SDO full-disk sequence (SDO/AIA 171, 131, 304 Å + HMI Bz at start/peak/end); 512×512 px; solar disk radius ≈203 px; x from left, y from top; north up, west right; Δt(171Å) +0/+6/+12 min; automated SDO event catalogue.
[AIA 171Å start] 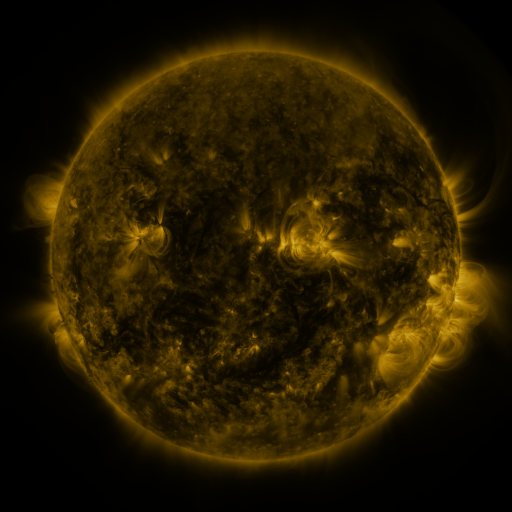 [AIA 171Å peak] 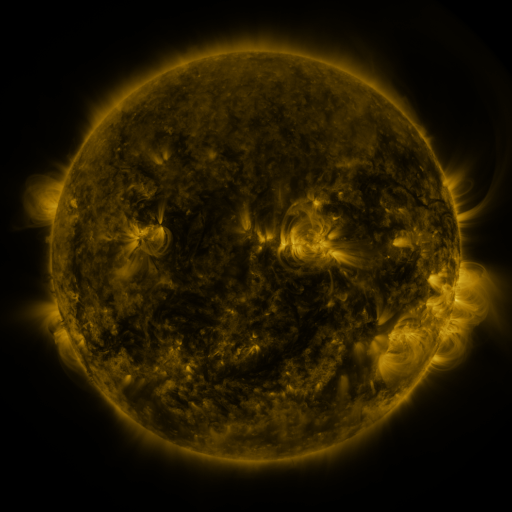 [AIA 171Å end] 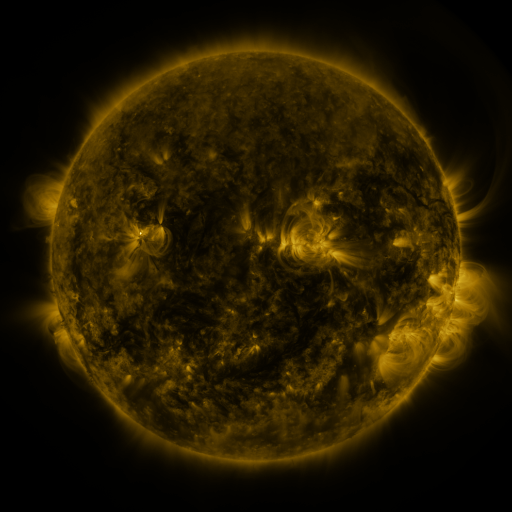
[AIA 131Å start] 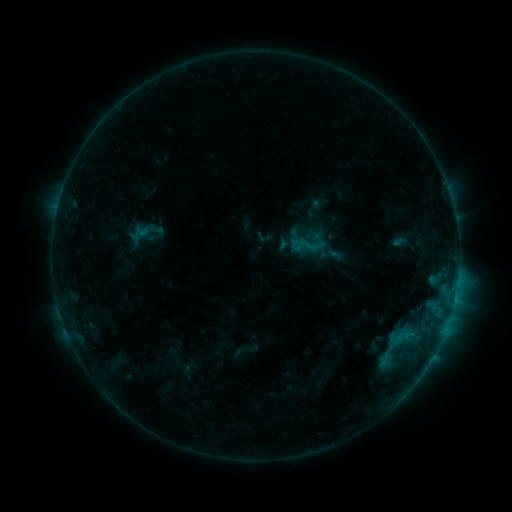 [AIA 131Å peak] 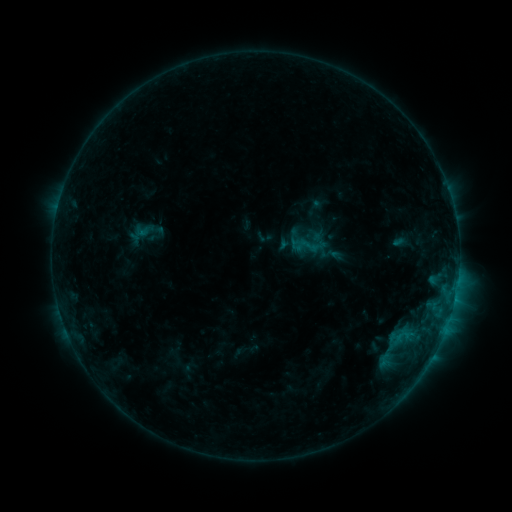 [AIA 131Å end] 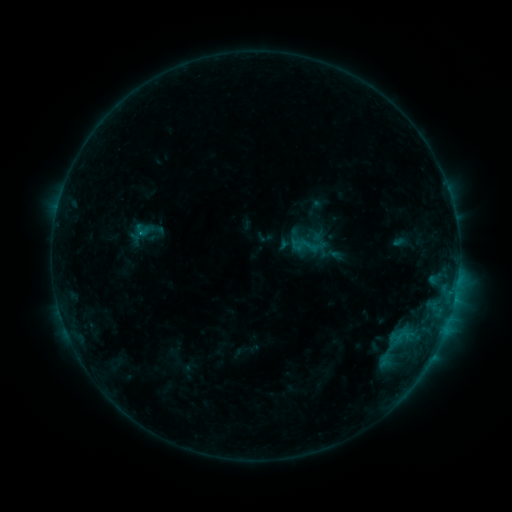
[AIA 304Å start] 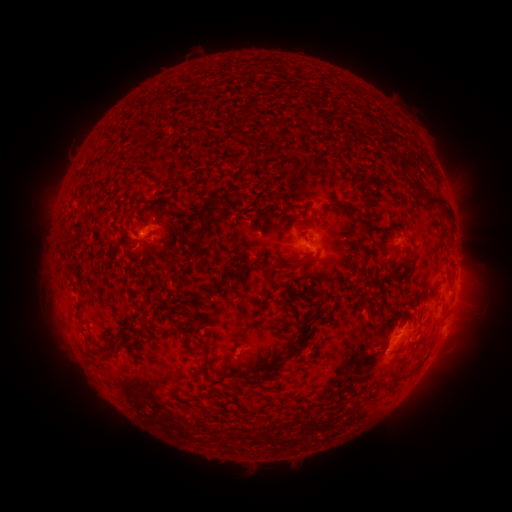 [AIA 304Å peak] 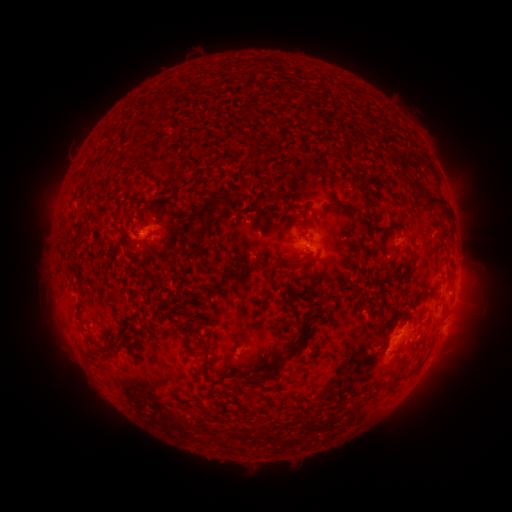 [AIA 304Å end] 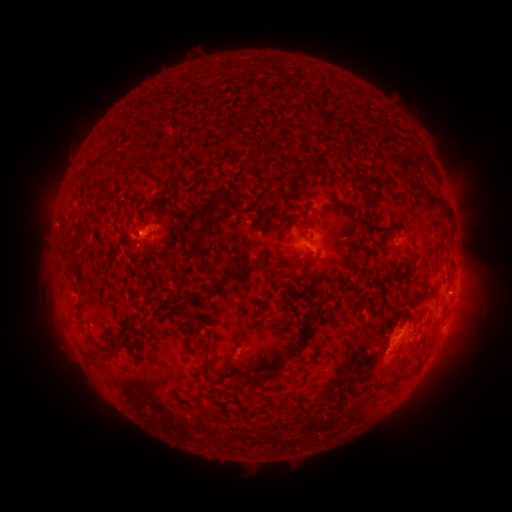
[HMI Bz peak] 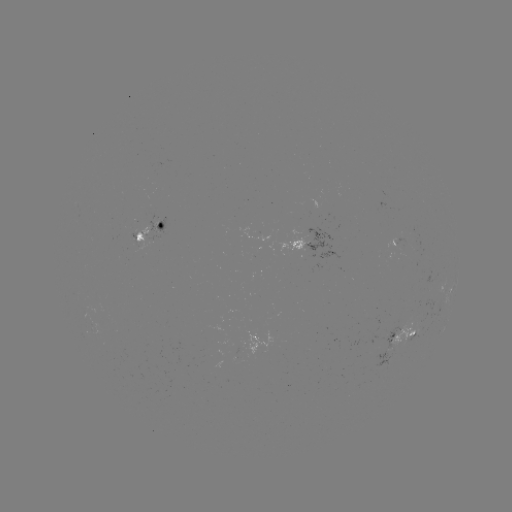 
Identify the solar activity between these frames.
B6.8 flare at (141, 231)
